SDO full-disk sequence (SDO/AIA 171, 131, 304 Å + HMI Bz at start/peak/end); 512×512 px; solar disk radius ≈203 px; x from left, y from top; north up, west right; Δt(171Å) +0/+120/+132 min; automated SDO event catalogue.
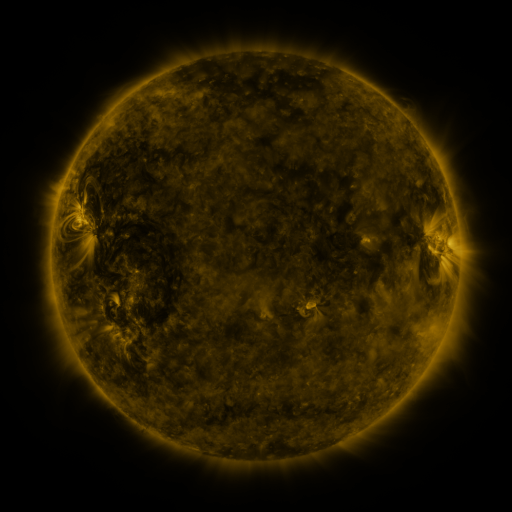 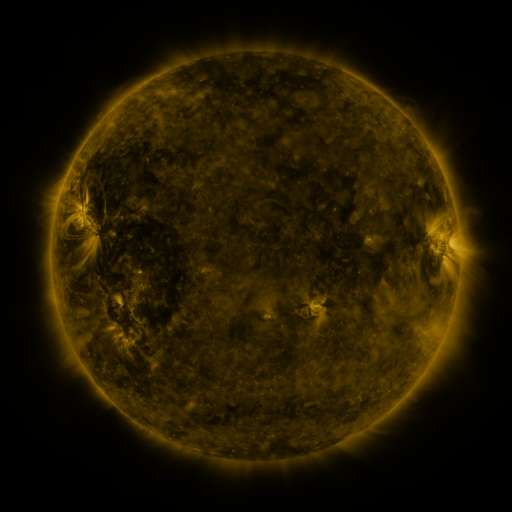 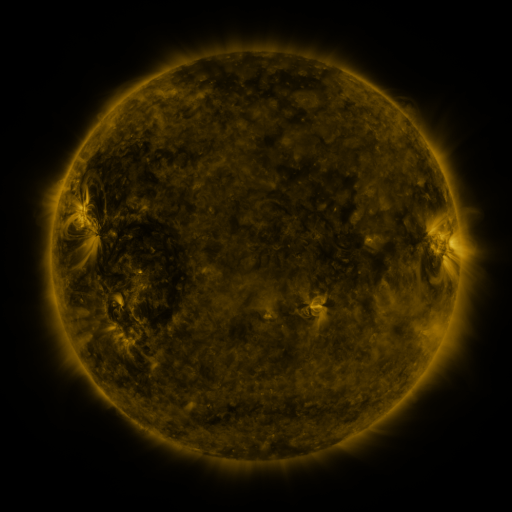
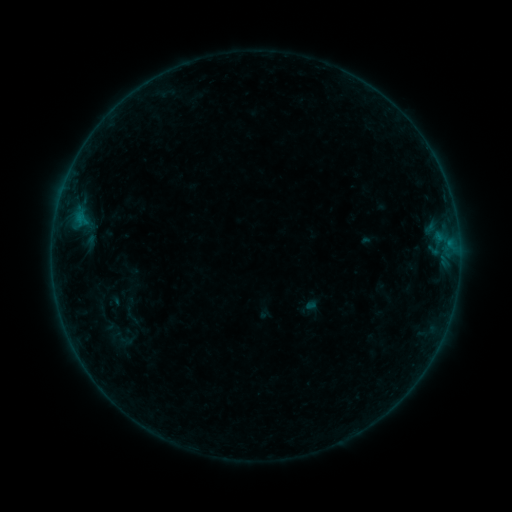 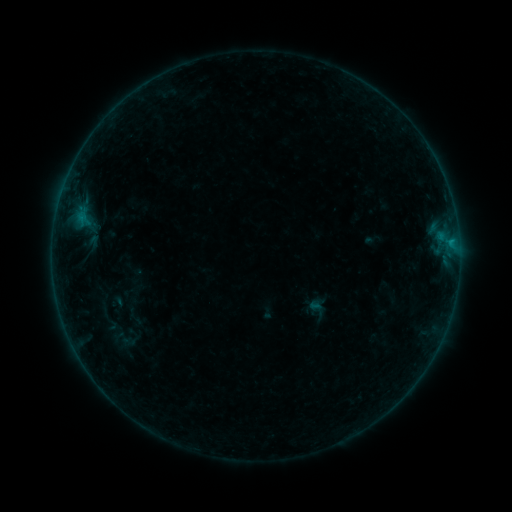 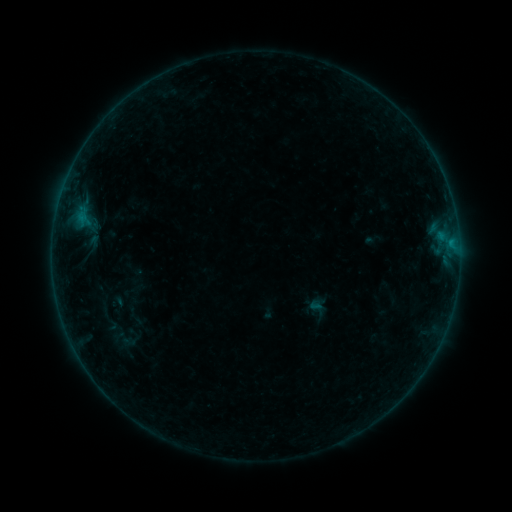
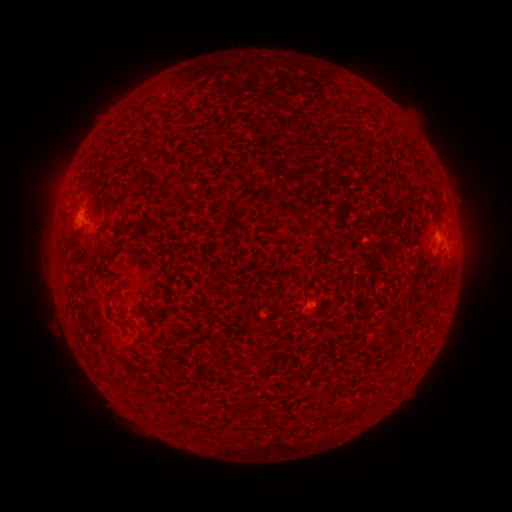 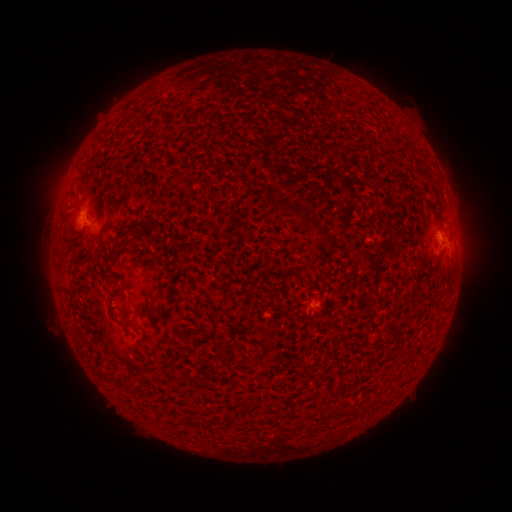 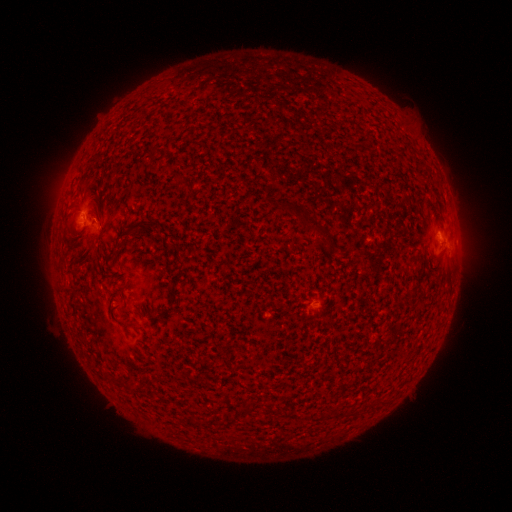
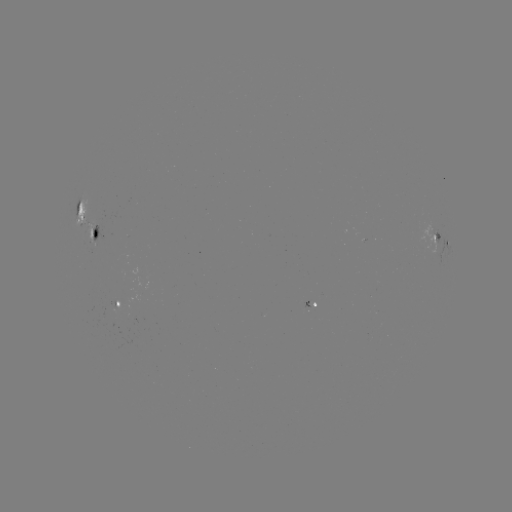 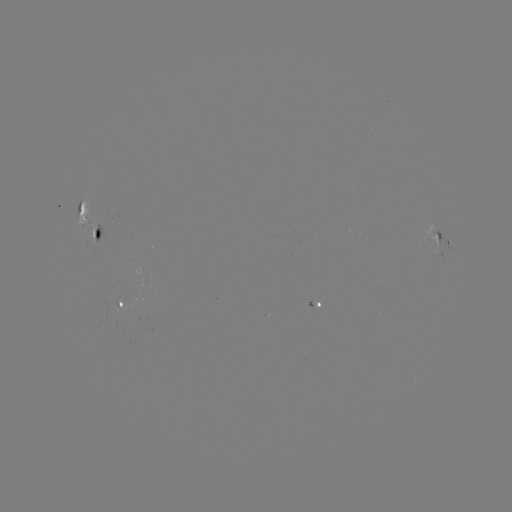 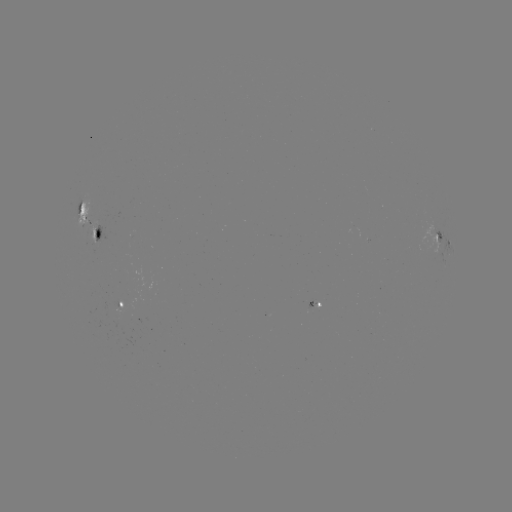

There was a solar emerging-flux region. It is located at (87, 218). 